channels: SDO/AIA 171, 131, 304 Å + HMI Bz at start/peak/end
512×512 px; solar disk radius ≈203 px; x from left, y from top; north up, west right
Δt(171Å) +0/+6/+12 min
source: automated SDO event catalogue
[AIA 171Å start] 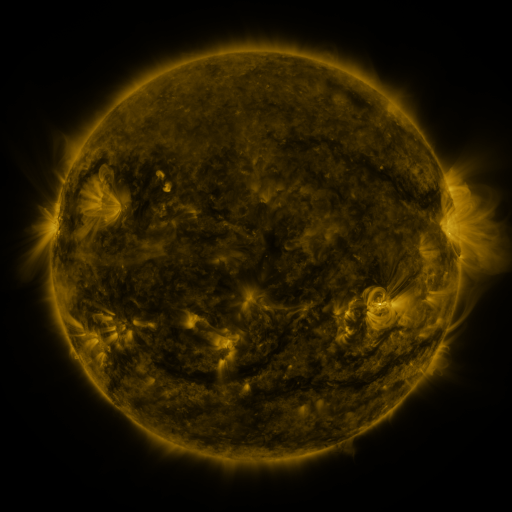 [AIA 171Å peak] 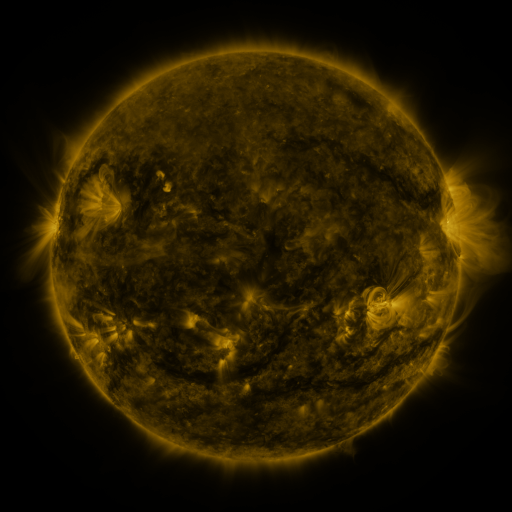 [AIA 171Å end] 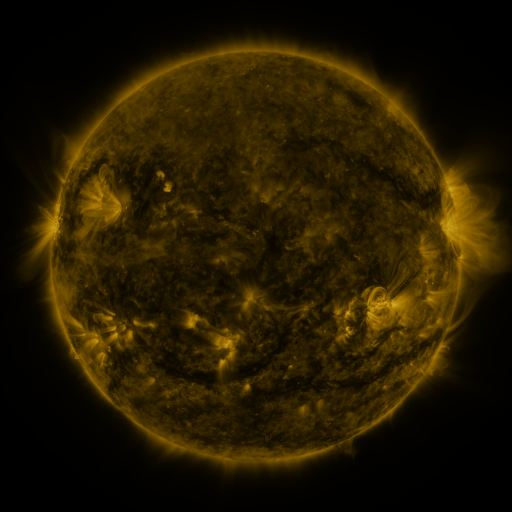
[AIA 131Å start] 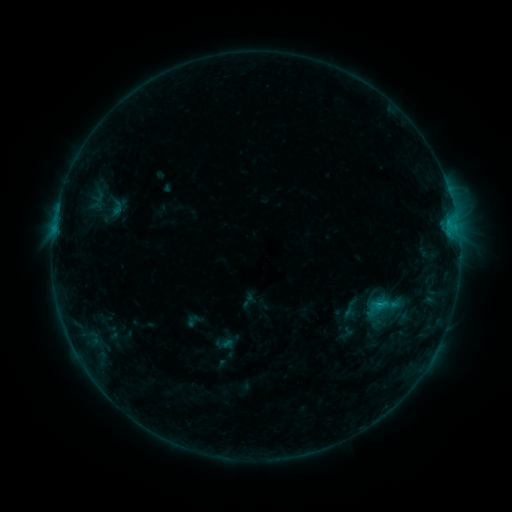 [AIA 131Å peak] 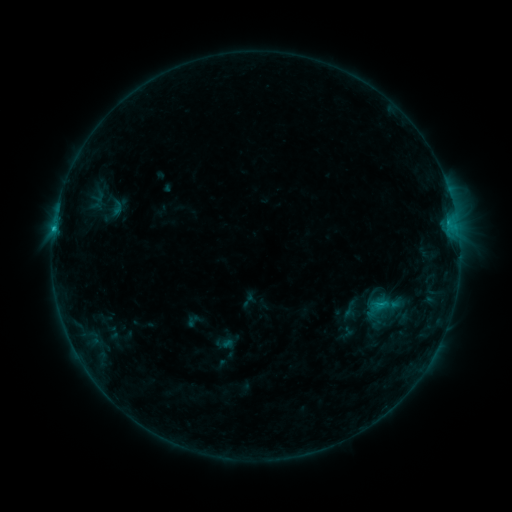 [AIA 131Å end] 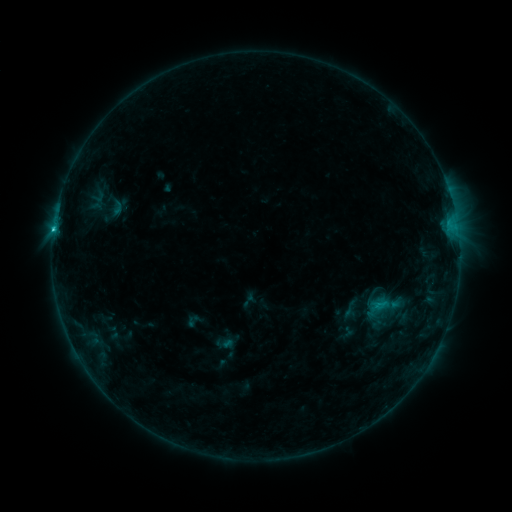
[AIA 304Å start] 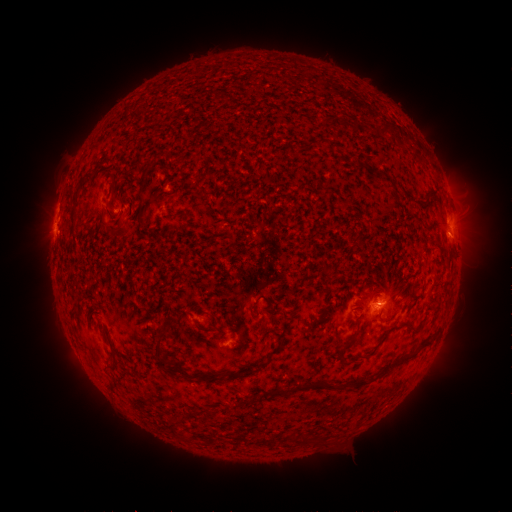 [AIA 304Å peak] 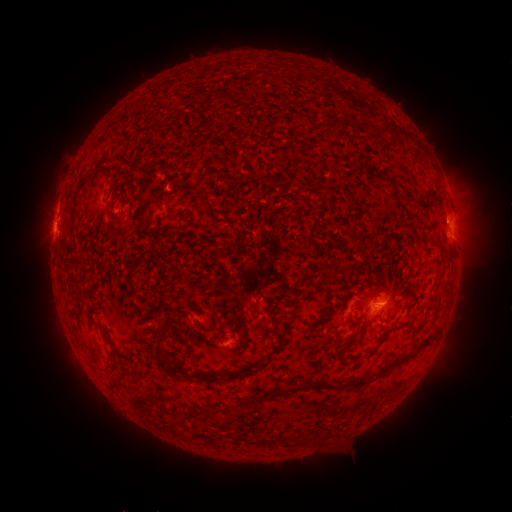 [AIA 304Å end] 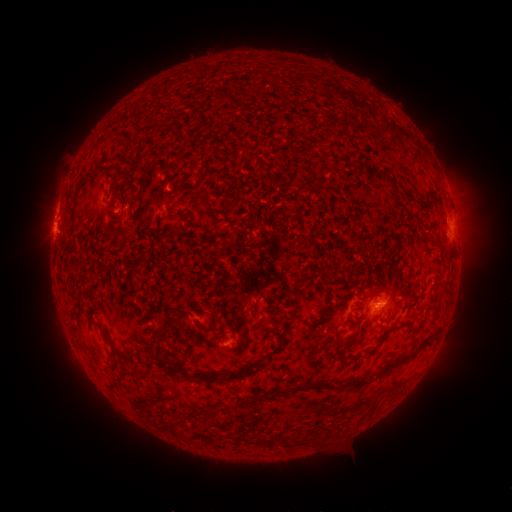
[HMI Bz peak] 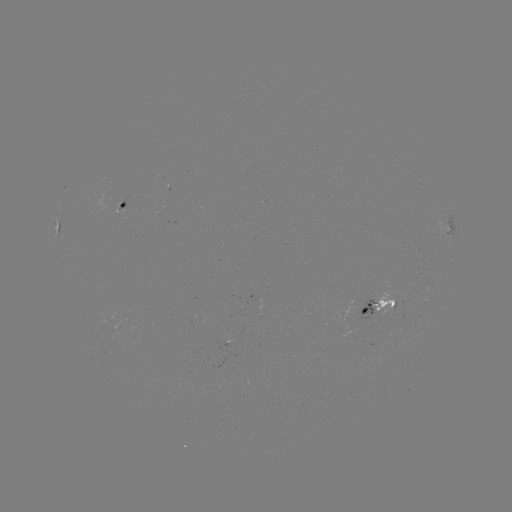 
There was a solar flare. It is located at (54, 231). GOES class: C1.1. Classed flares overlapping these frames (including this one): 1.